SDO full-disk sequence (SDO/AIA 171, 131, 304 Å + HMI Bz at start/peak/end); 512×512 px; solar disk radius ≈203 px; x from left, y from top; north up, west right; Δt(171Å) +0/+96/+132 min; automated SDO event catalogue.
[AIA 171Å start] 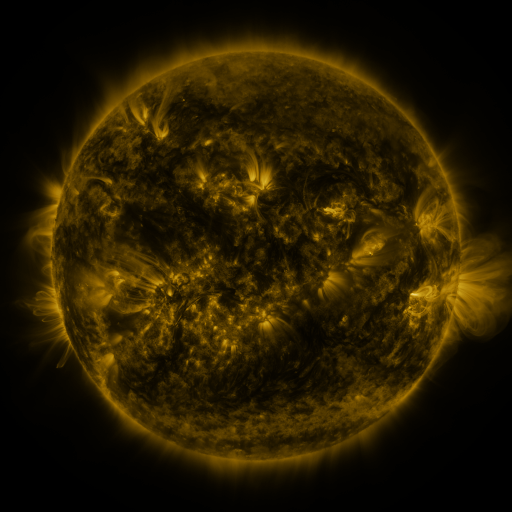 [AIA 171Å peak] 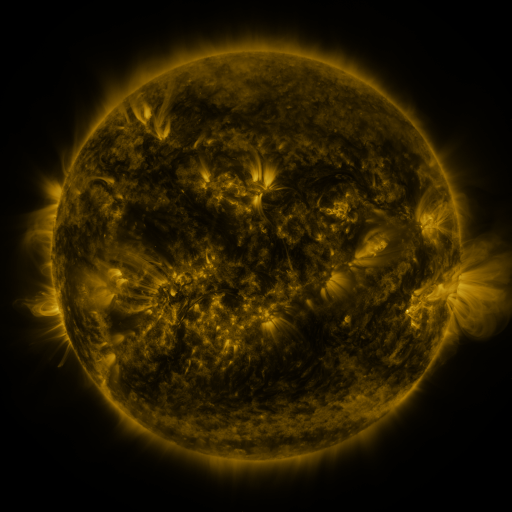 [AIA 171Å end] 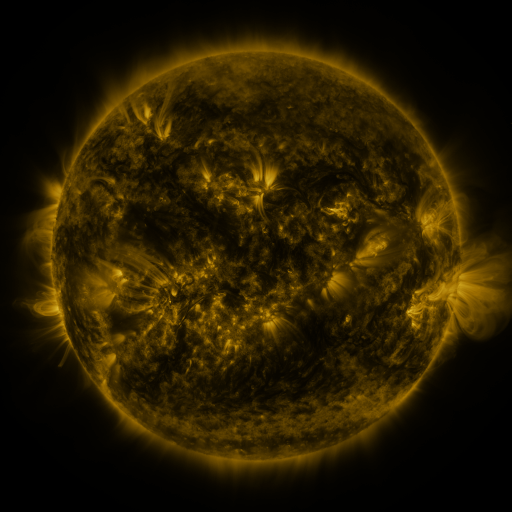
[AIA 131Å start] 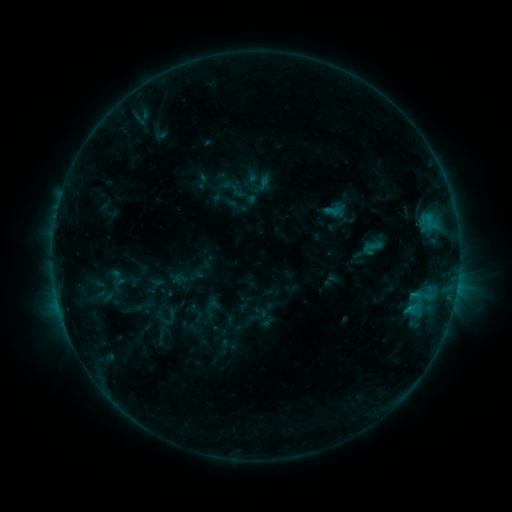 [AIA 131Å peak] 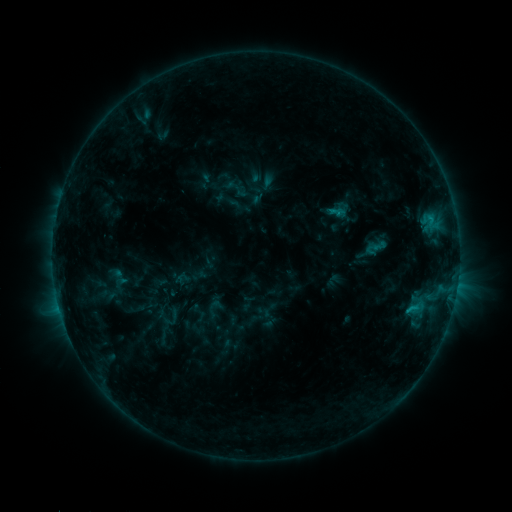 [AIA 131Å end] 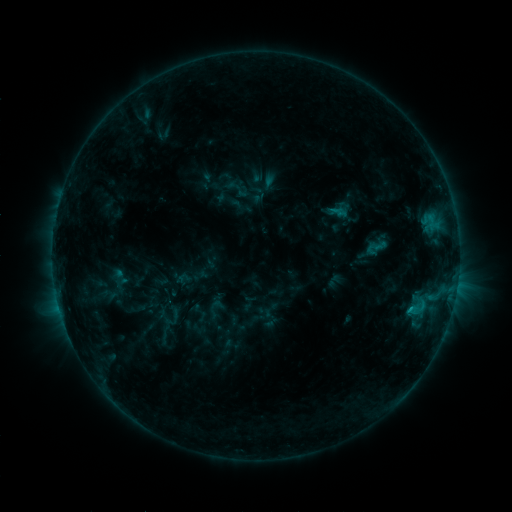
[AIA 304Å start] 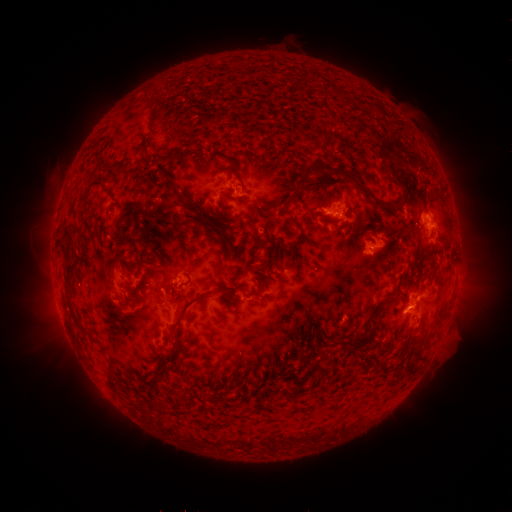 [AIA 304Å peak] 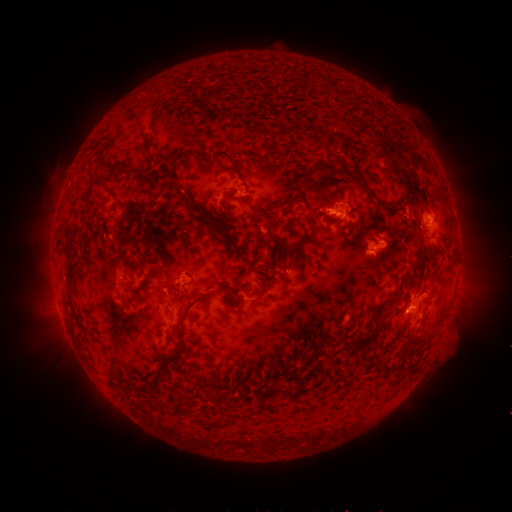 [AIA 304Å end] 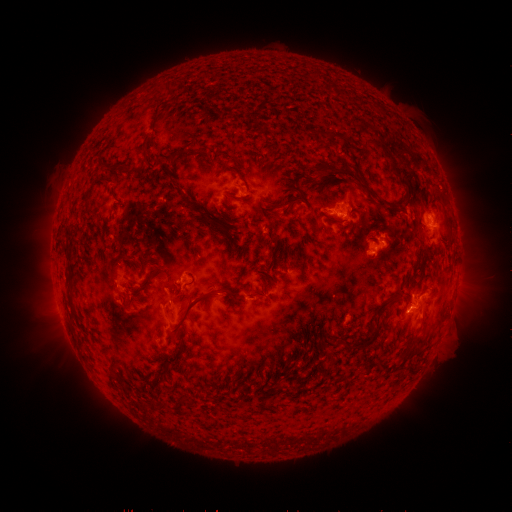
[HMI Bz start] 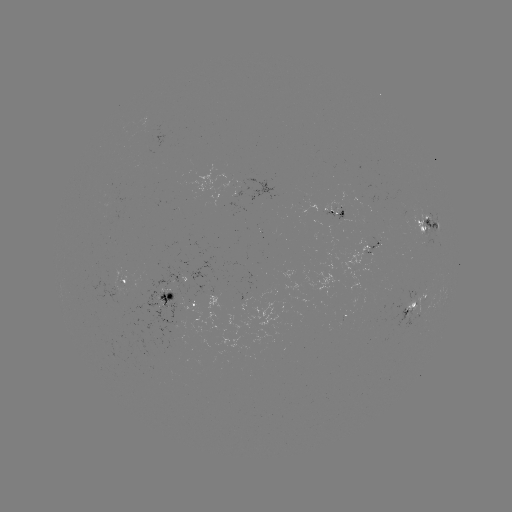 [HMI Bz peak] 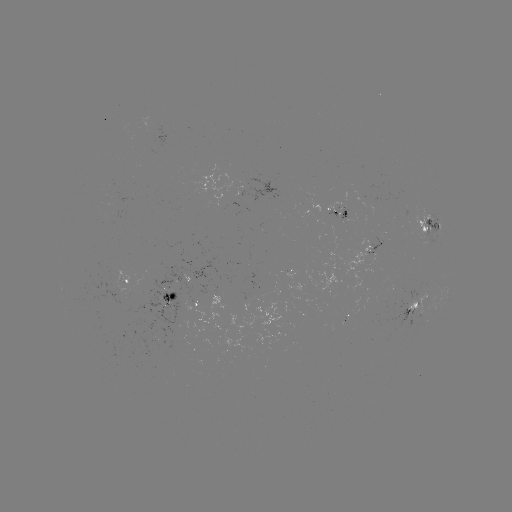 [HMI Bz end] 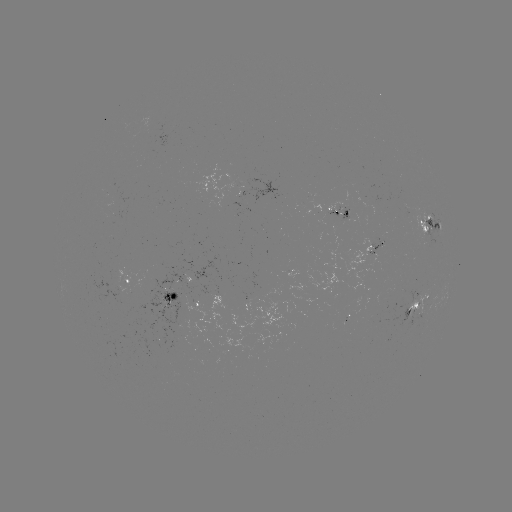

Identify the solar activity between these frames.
emerging-flux region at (378, 248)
